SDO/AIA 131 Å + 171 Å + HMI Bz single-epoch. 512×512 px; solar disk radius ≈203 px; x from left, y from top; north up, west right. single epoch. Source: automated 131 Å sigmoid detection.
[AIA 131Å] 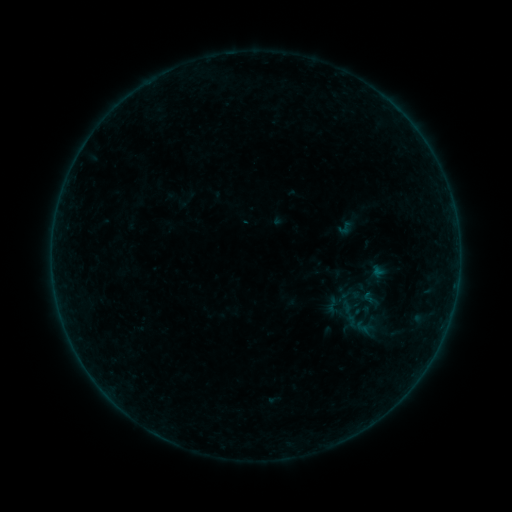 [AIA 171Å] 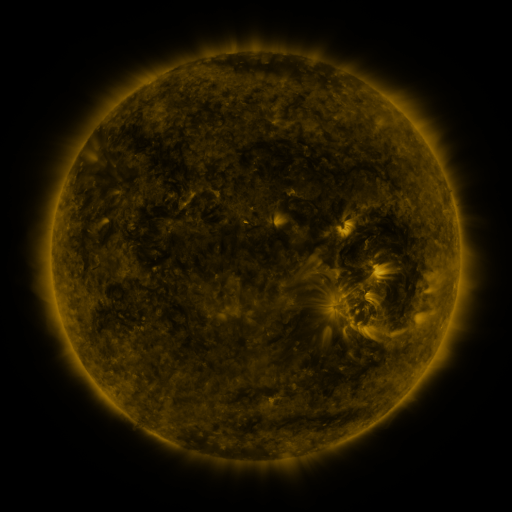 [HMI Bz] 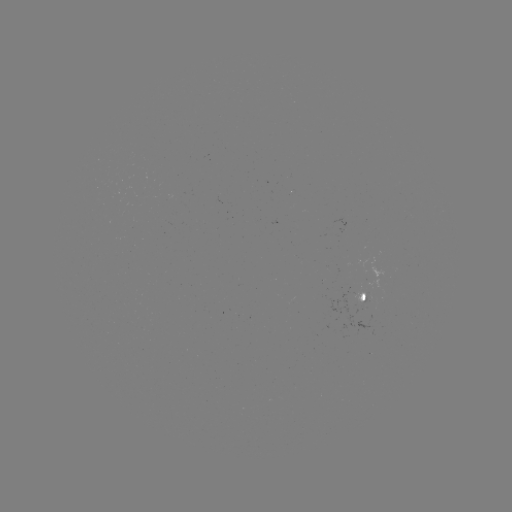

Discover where sigmoid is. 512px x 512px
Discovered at (346, 228).